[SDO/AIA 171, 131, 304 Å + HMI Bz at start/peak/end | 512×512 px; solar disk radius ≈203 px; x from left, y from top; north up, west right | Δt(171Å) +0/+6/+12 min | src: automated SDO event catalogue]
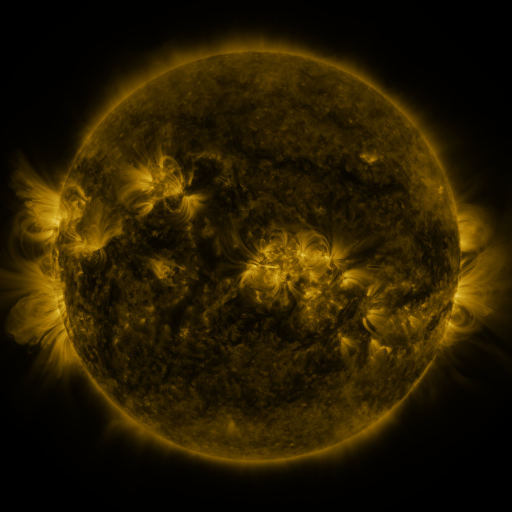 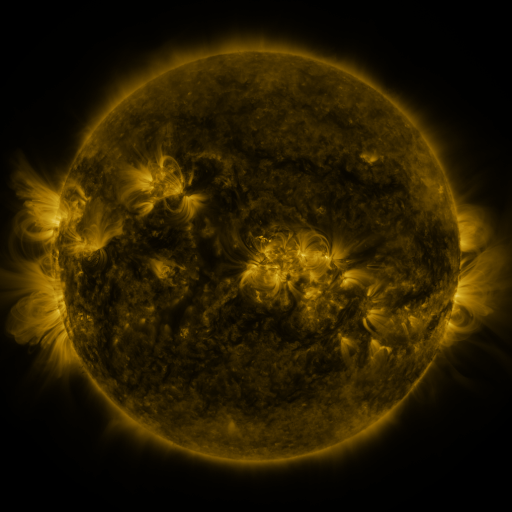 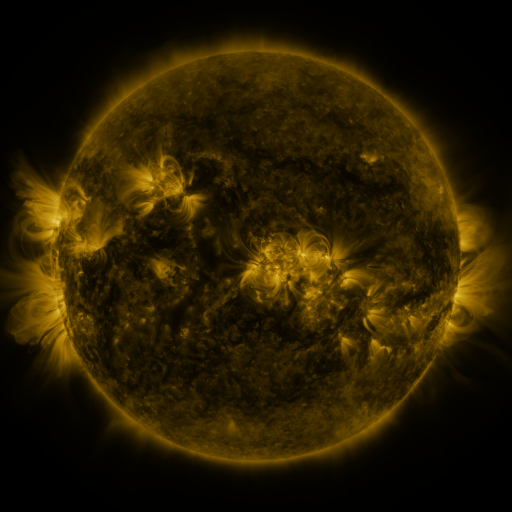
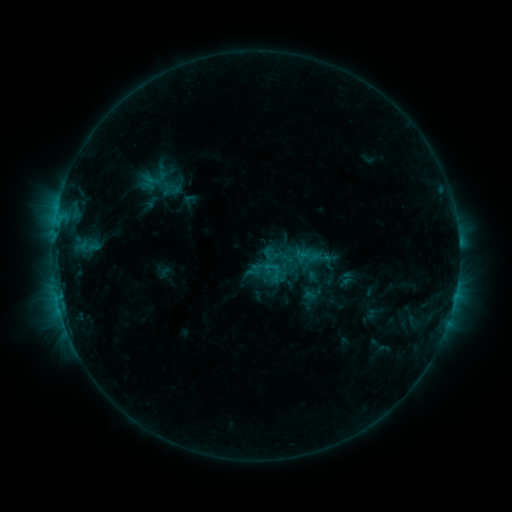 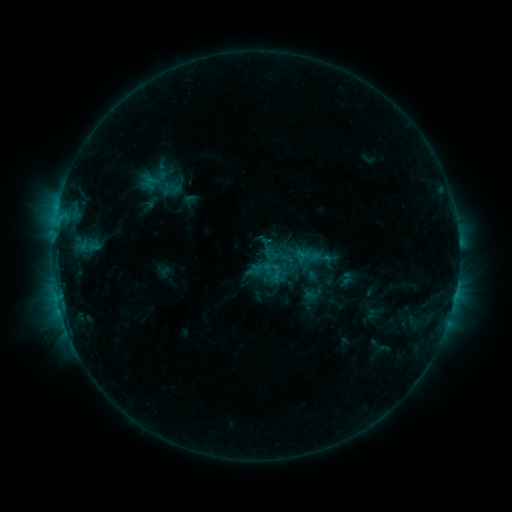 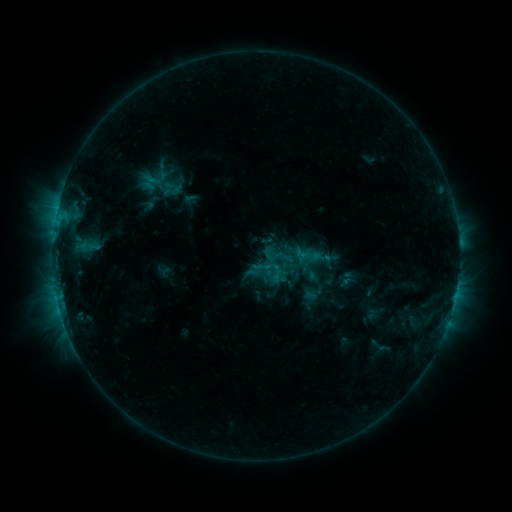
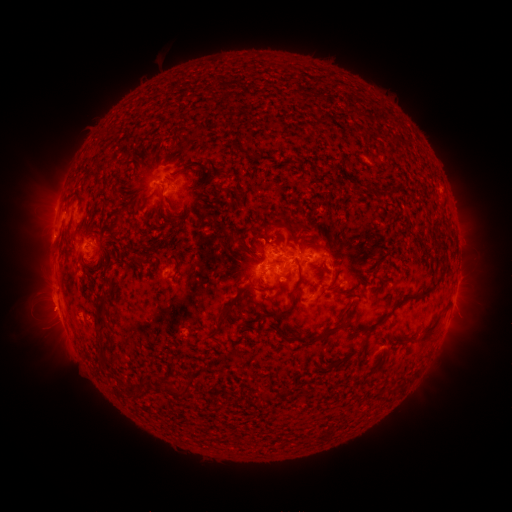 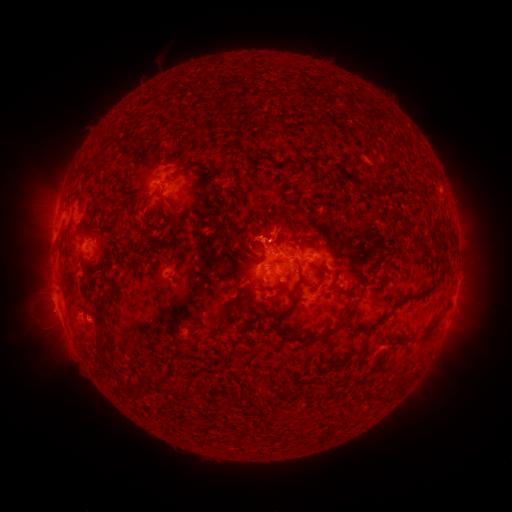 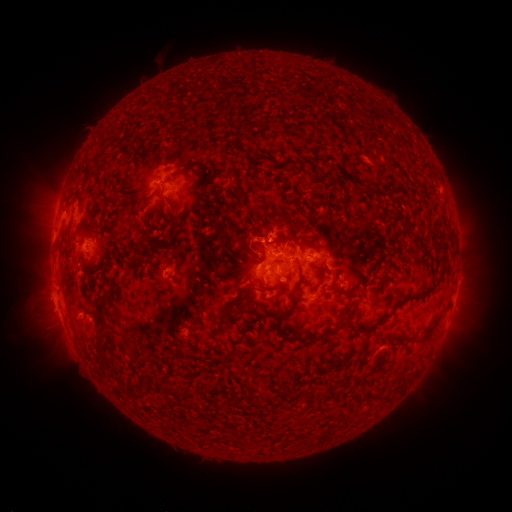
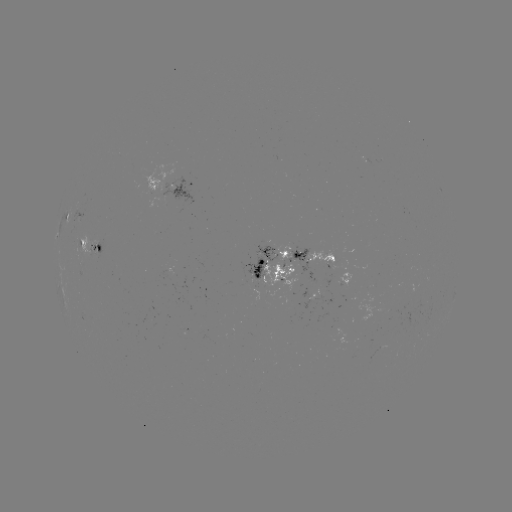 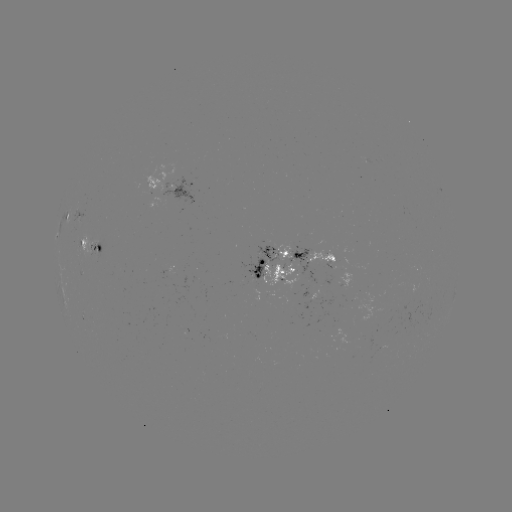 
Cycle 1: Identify eruption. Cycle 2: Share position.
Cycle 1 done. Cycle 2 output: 251,235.